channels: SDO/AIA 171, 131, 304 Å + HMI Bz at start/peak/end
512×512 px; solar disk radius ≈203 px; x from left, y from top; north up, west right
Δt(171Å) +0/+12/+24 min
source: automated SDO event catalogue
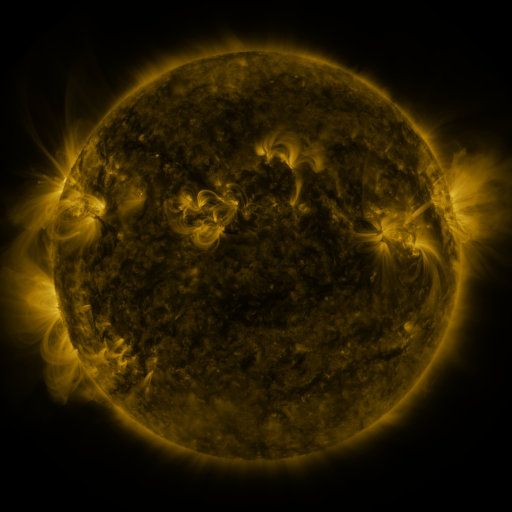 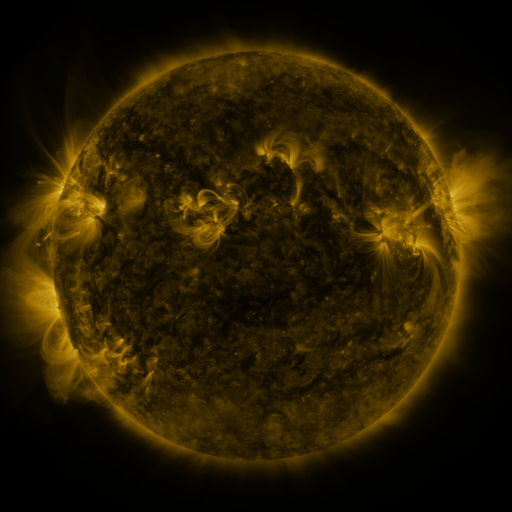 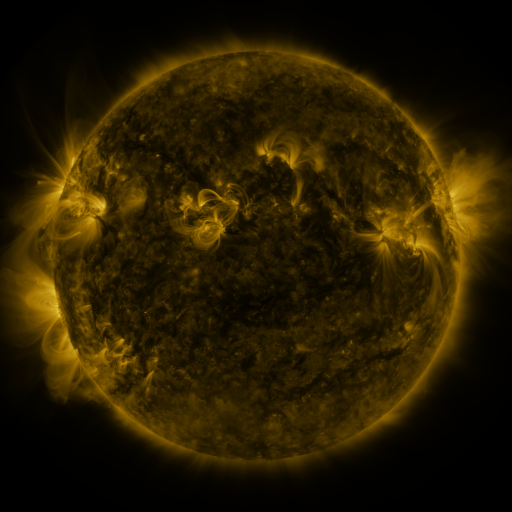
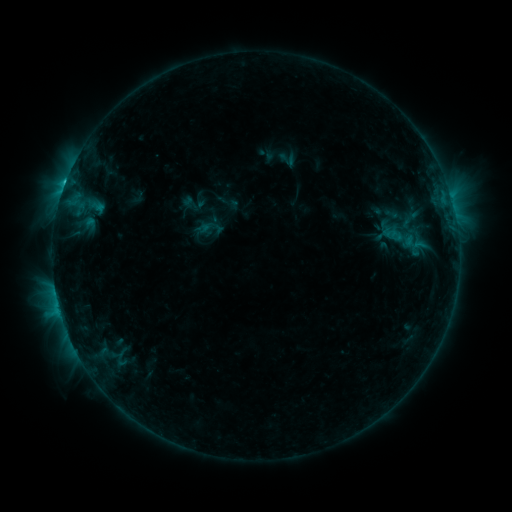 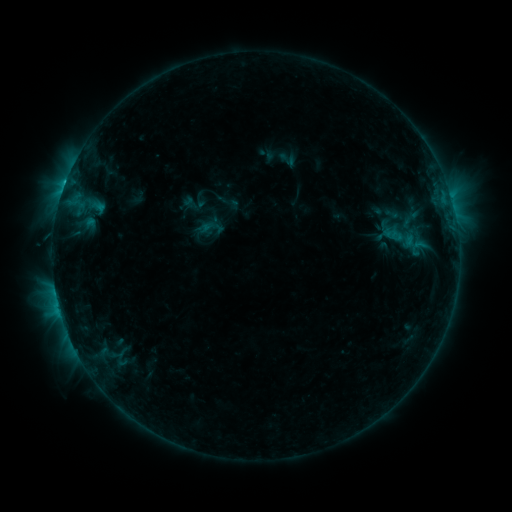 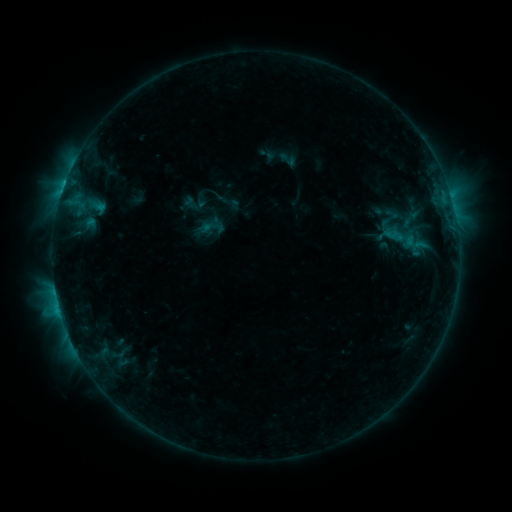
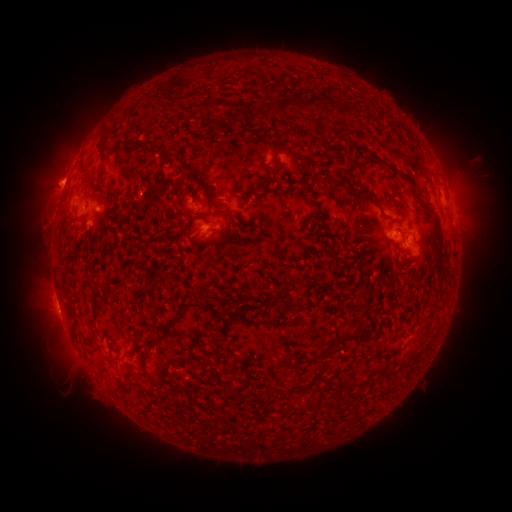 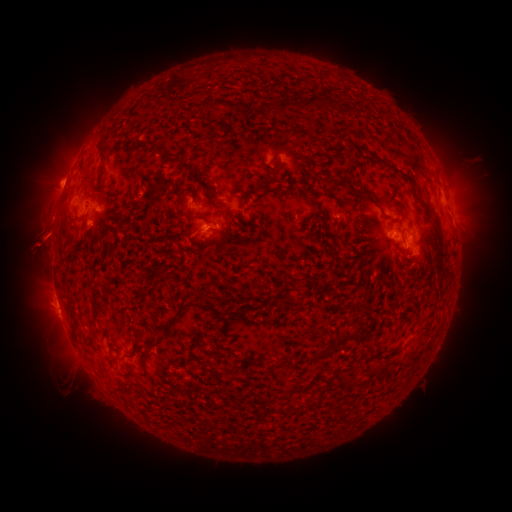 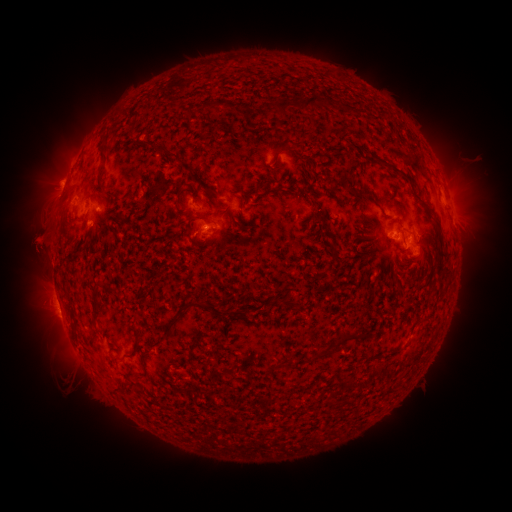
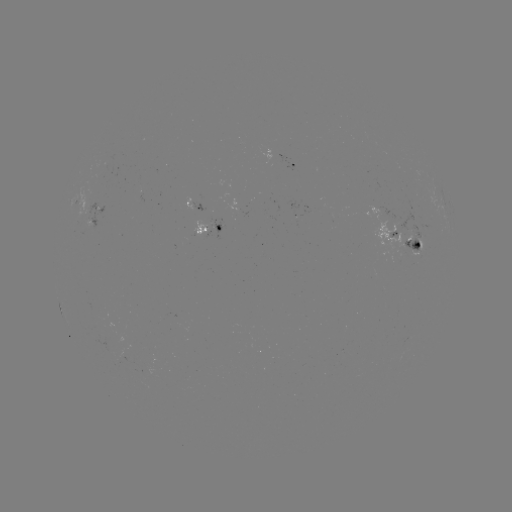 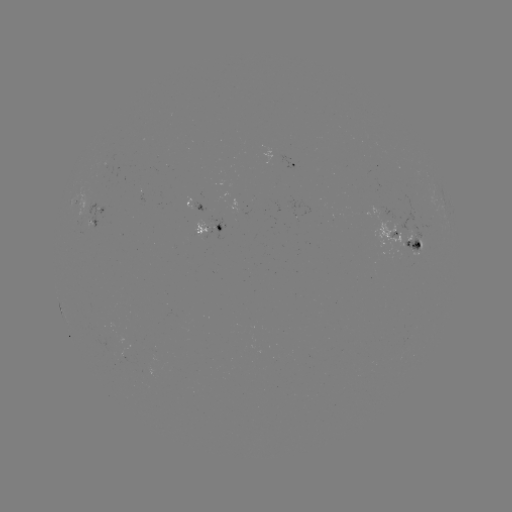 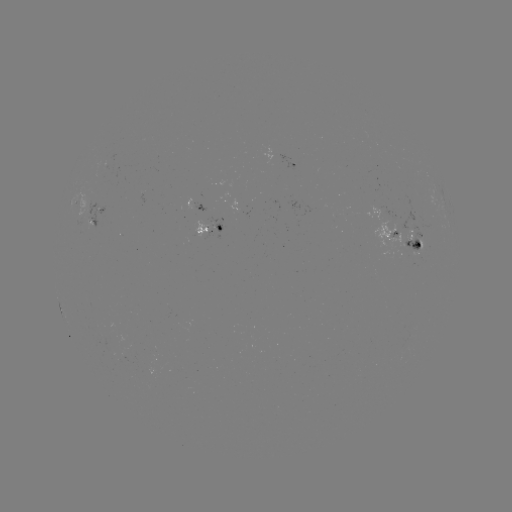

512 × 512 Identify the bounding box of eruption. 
[6, 194, 76, 273].